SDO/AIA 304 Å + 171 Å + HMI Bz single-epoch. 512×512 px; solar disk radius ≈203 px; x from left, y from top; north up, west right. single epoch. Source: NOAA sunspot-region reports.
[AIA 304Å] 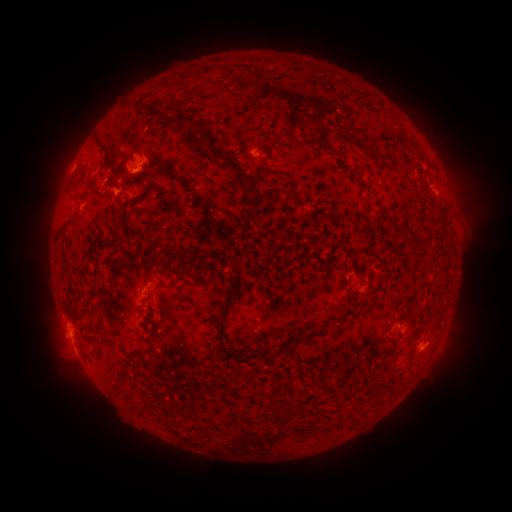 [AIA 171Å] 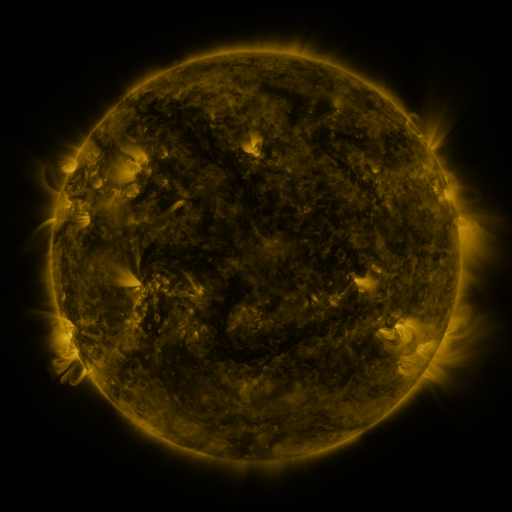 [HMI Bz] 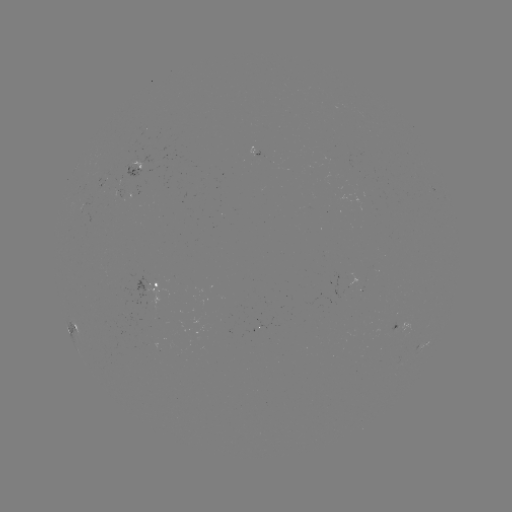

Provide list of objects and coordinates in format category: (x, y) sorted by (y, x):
spotted active region: (137, 171)
spotted active region: (105, 178)
spotted active region: (159, 284)
spotted active region: (398, 323)
spotted active region: (75, 332)
spotted active region: (425, 339)
